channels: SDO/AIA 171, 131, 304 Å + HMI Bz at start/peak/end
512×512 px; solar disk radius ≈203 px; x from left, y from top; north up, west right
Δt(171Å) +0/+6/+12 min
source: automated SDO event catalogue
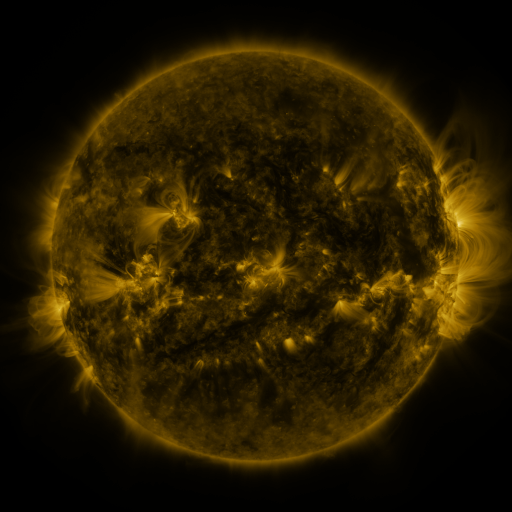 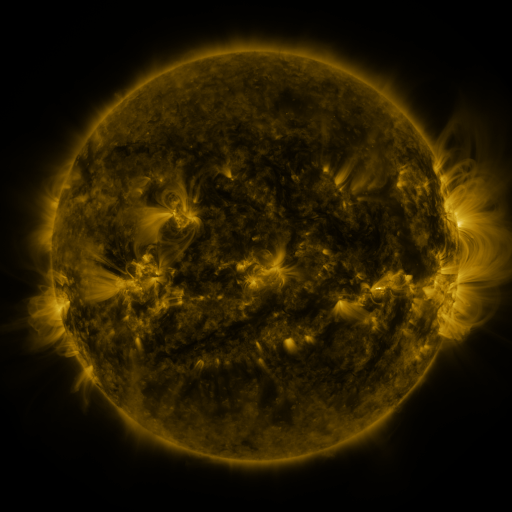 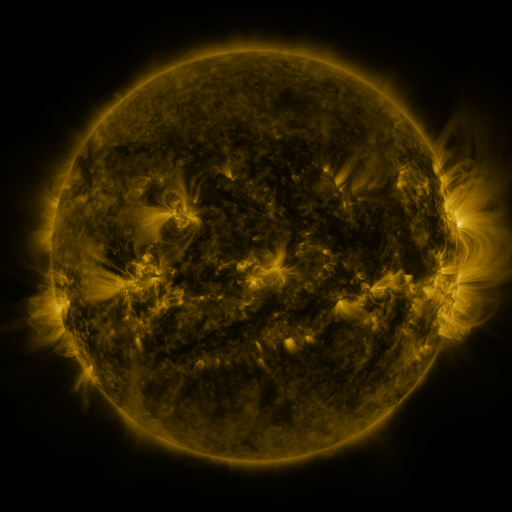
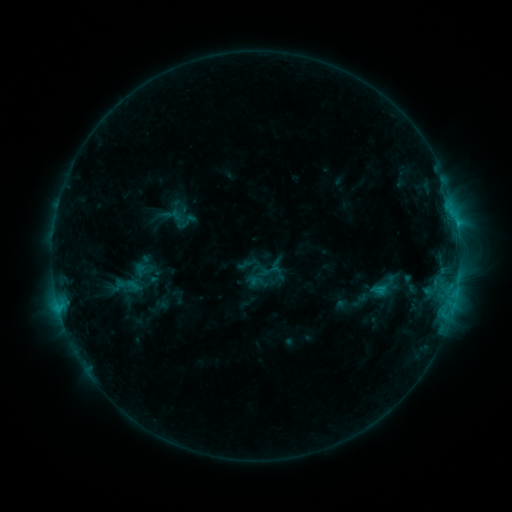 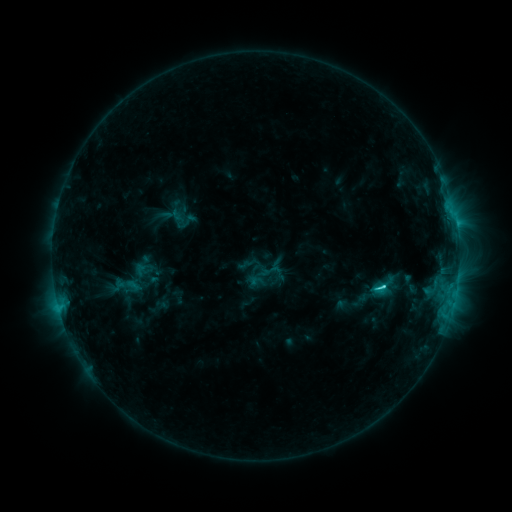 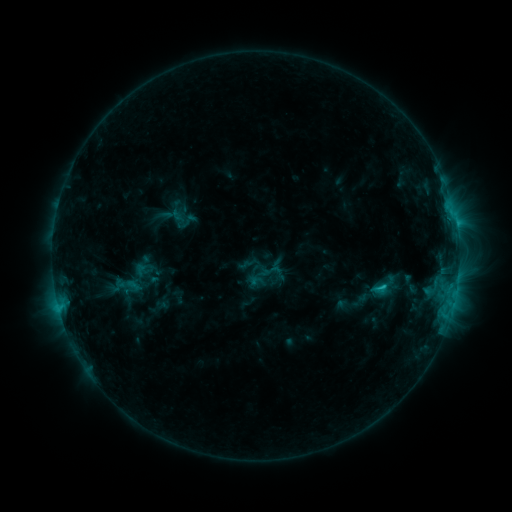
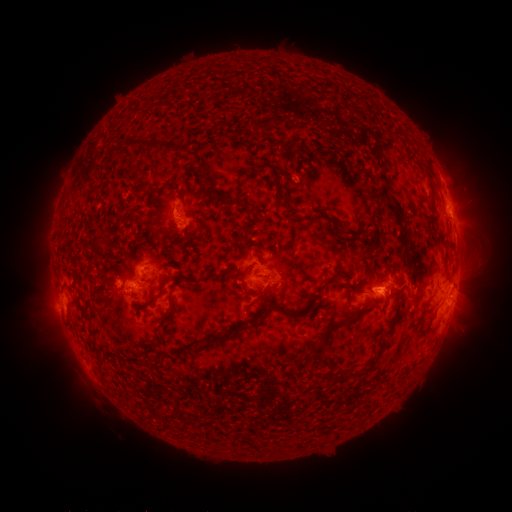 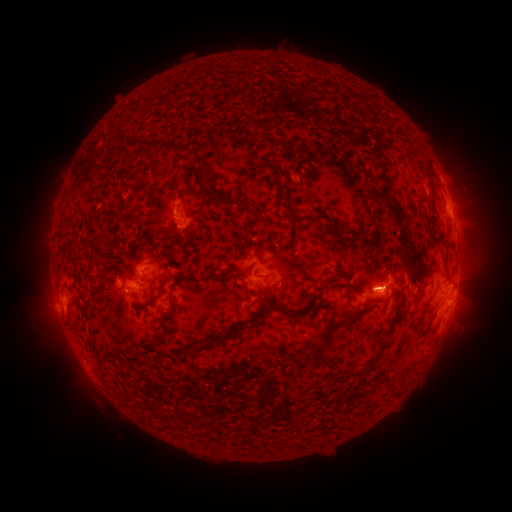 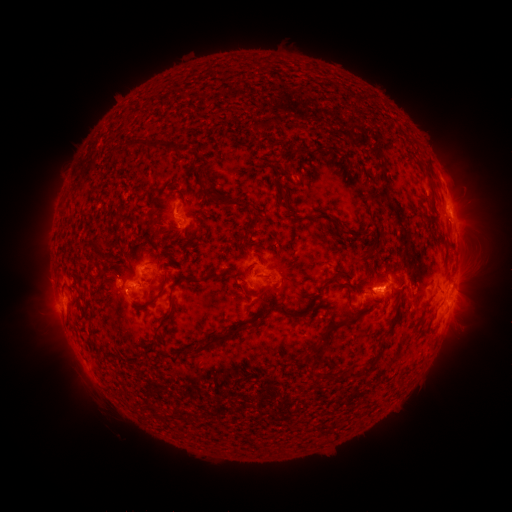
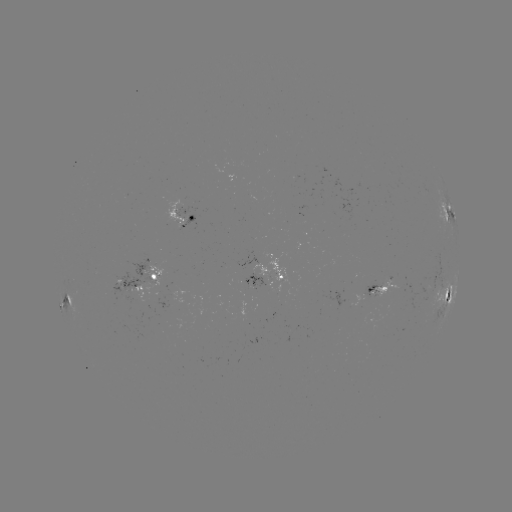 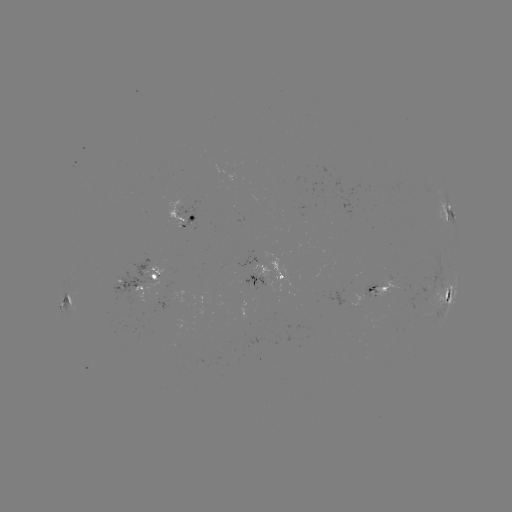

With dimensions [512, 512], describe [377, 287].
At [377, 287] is C2.4 flare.